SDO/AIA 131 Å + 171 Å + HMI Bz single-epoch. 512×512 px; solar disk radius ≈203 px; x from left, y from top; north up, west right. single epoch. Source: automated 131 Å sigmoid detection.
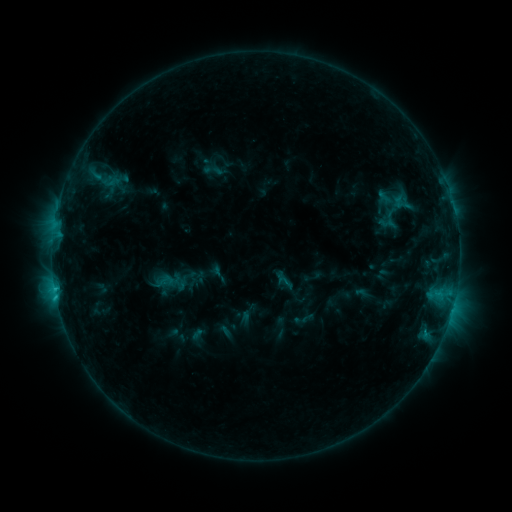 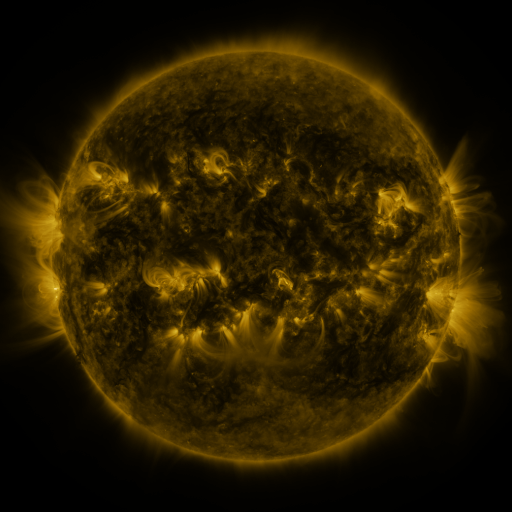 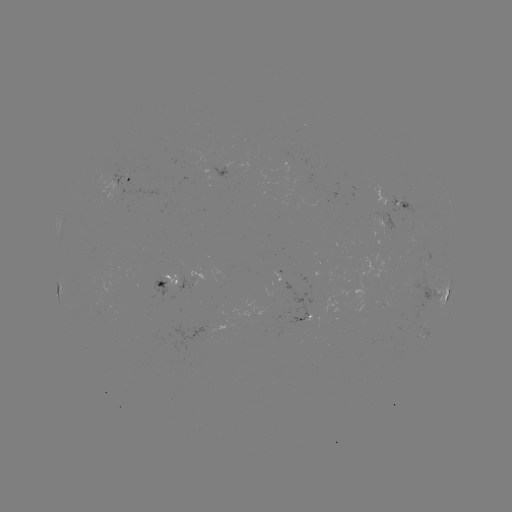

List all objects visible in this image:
sigmoid: (111, 182)
